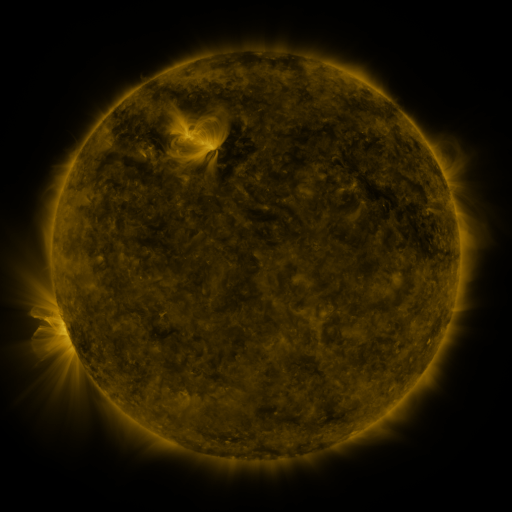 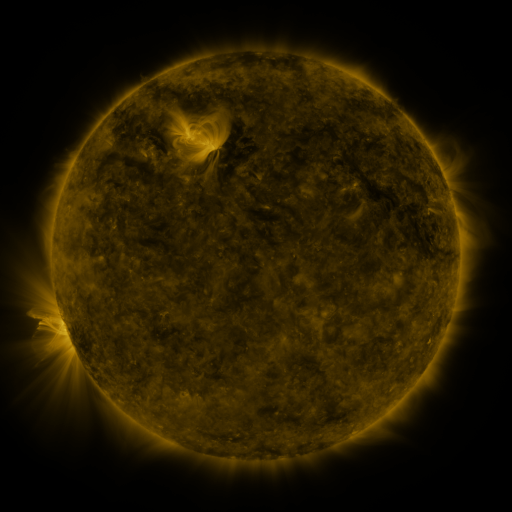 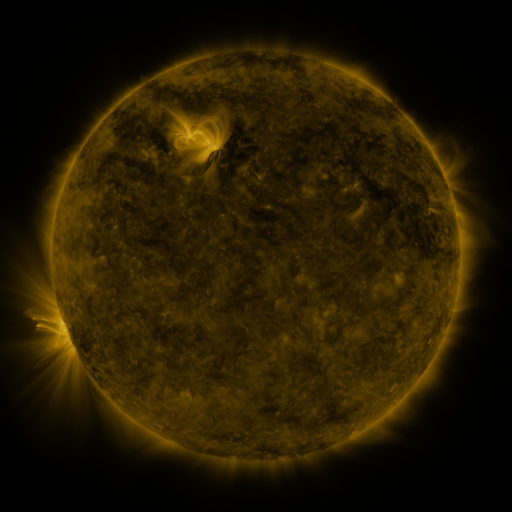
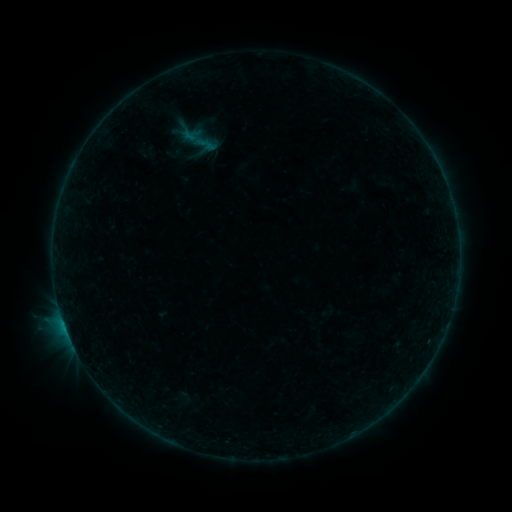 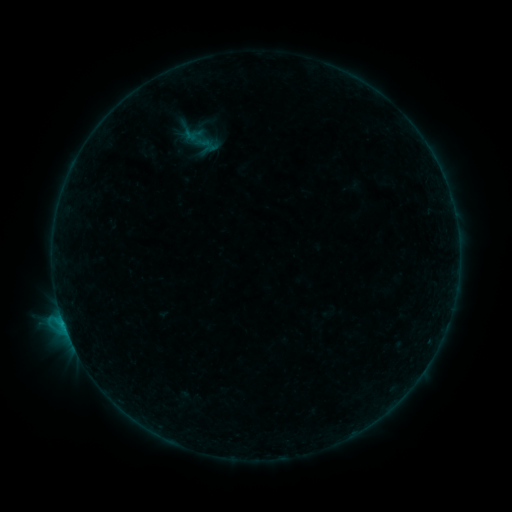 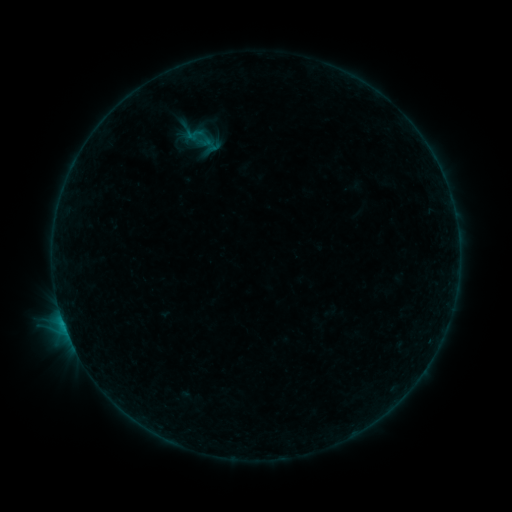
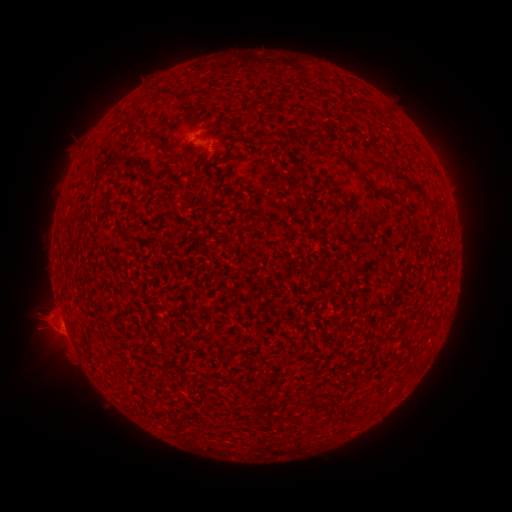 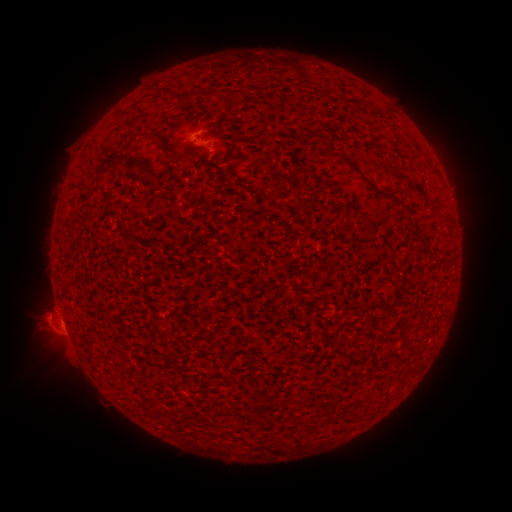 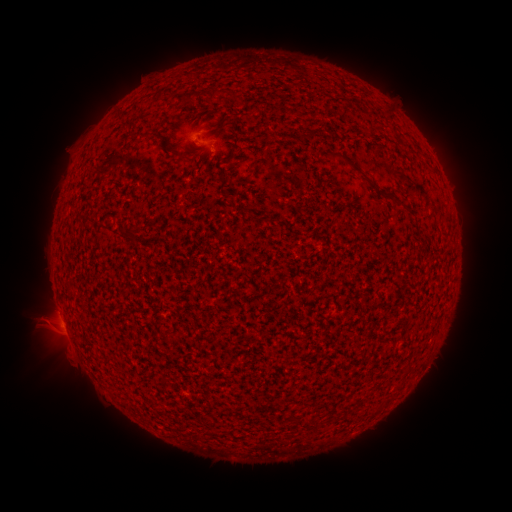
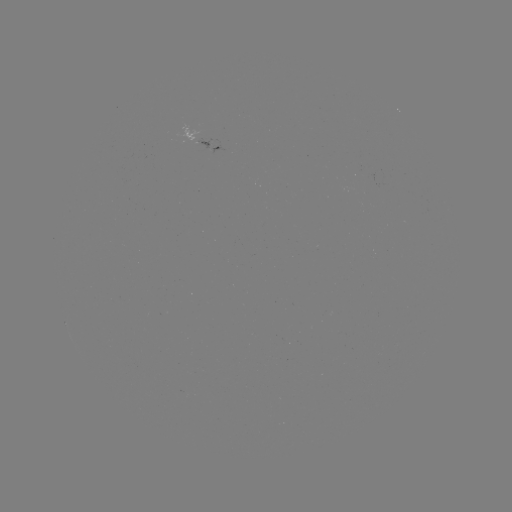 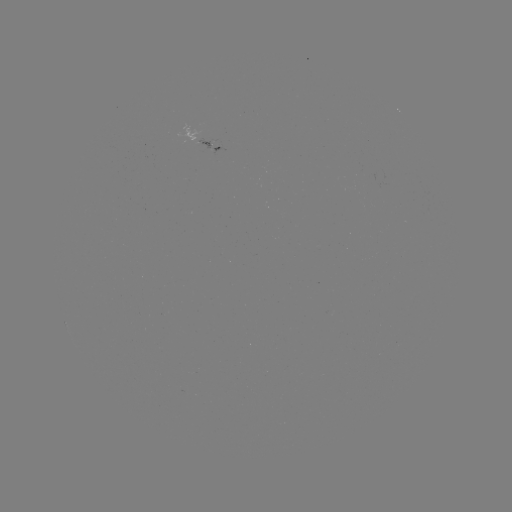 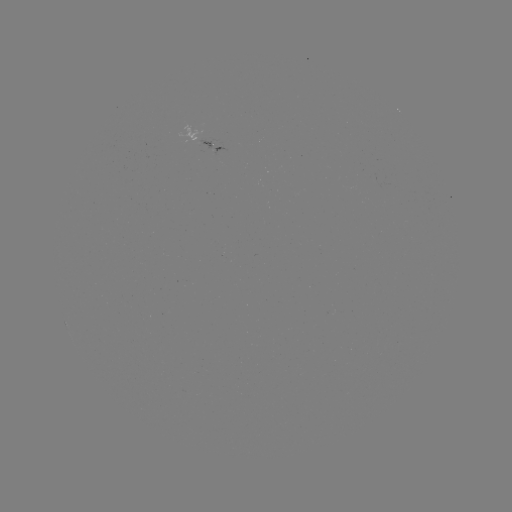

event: flare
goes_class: B6.5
